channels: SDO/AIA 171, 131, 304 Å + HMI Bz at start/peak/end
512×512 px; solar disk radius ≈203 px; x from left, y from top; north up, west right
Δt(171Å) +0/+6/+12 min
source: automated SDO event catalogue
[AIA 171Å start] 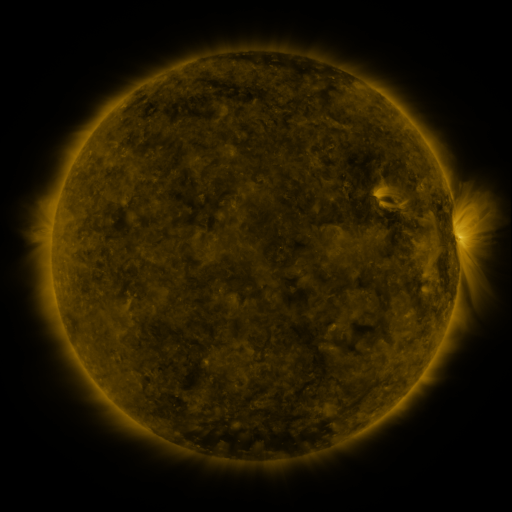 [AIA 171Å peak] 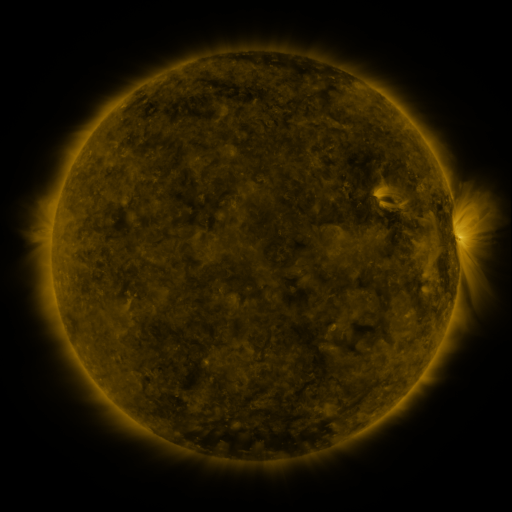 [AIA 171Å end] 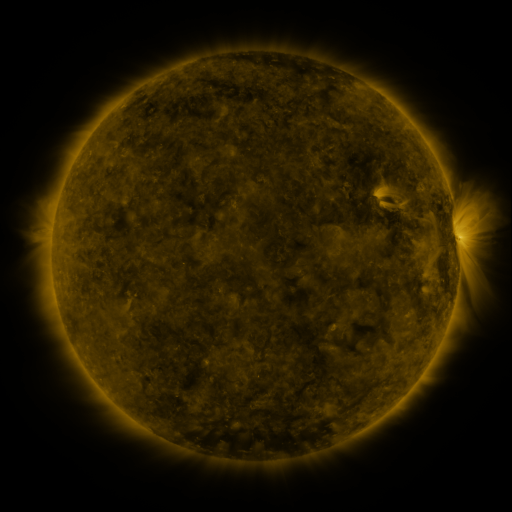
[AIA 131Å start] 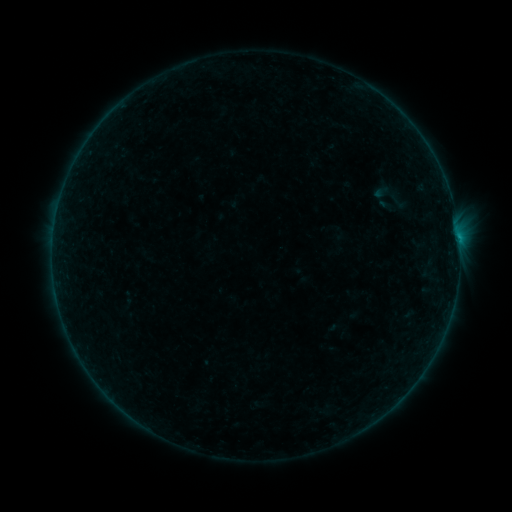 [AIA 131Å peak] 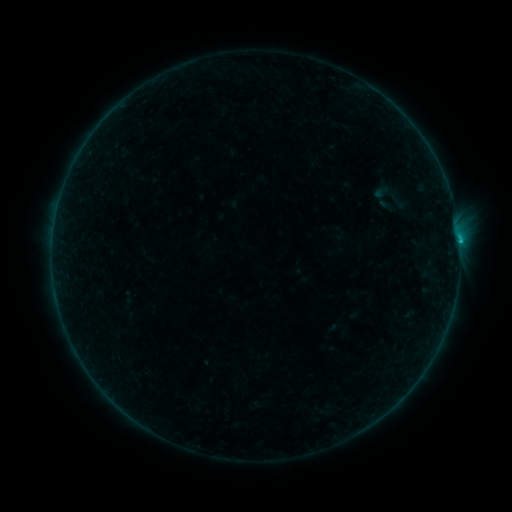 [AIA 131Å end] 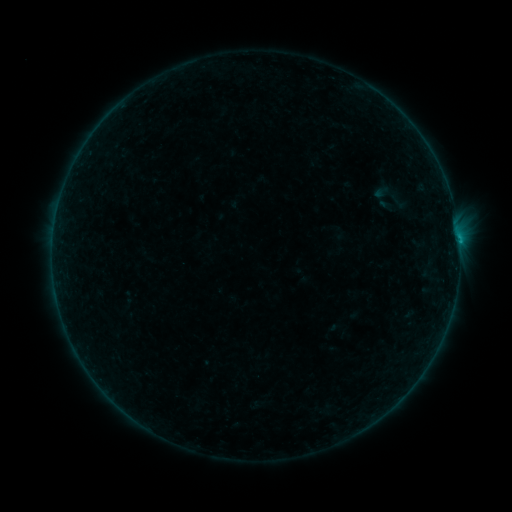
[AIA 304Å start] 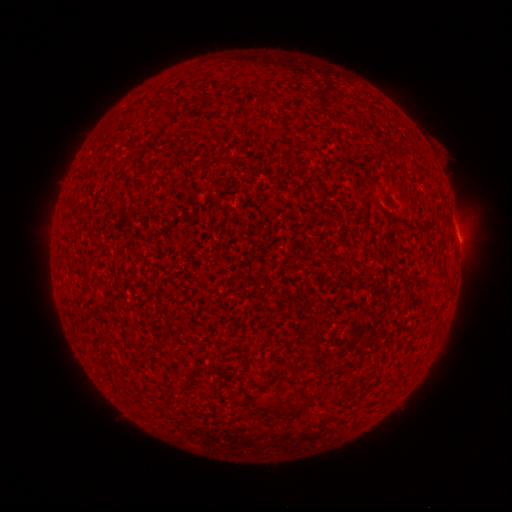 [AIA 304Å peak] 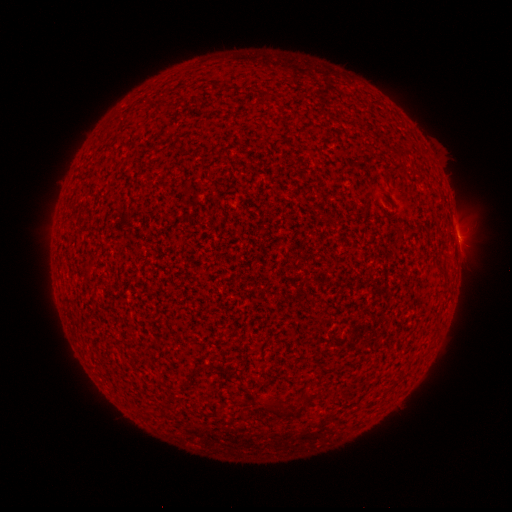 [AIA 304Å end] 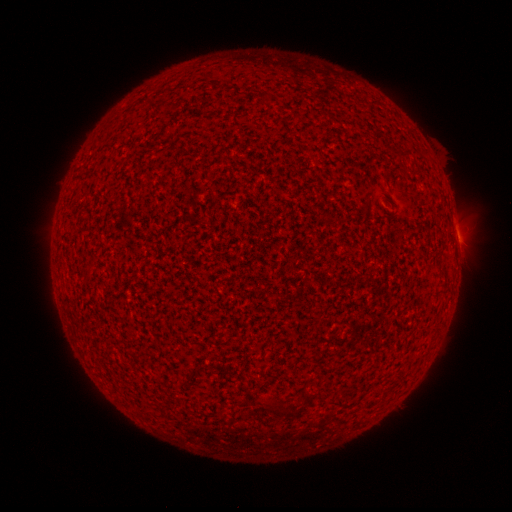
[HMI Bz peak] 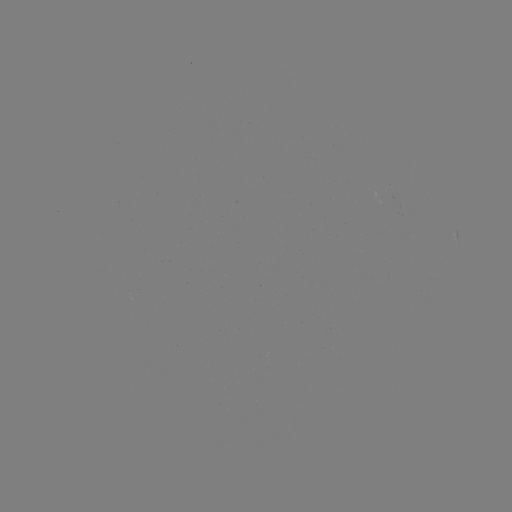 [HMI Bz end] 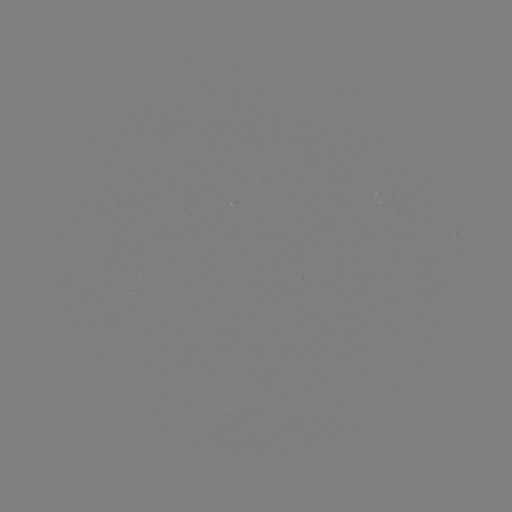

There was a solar flare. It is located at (458, 241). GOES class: B9.7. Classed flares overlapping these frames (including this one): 1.